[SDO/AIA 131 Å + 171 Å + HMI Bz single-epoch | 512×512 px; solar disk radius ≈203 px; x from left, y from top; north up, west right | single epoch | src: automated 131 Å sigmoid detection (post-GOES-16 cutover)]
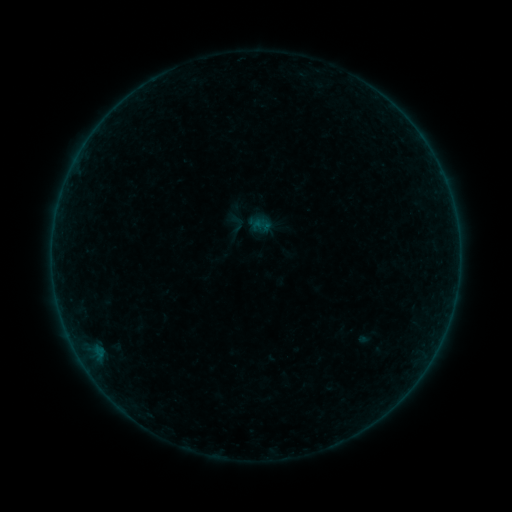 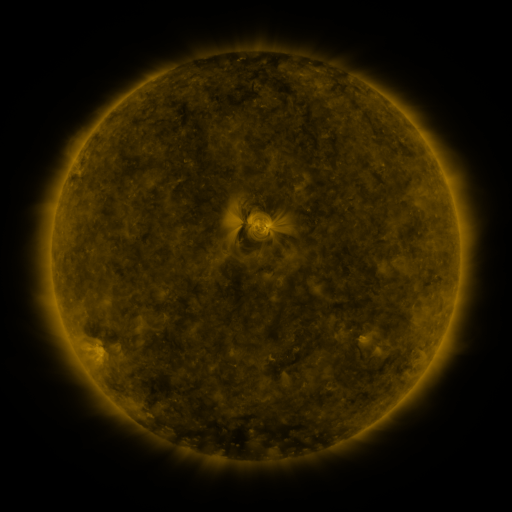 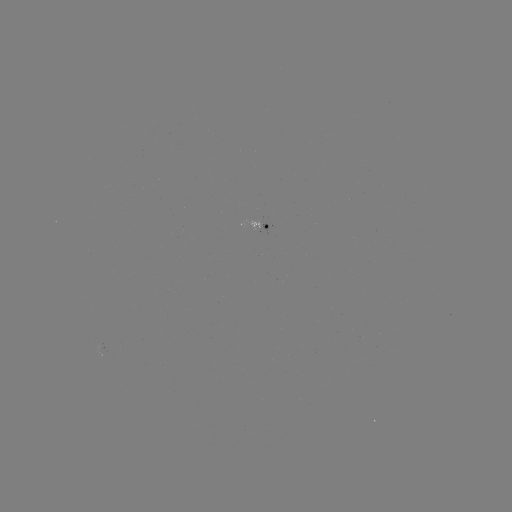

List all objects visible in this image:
sigmoid: [227, 213, 248, 234]
